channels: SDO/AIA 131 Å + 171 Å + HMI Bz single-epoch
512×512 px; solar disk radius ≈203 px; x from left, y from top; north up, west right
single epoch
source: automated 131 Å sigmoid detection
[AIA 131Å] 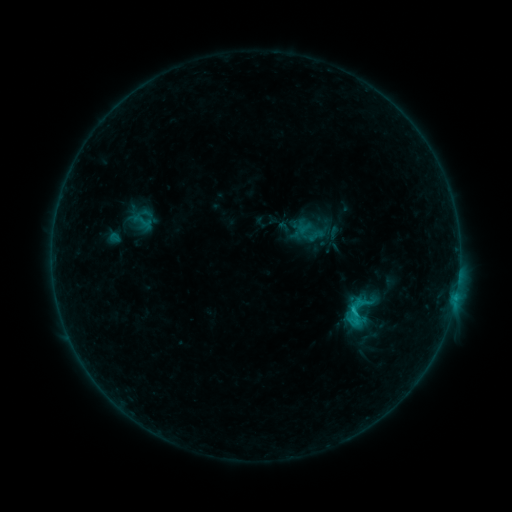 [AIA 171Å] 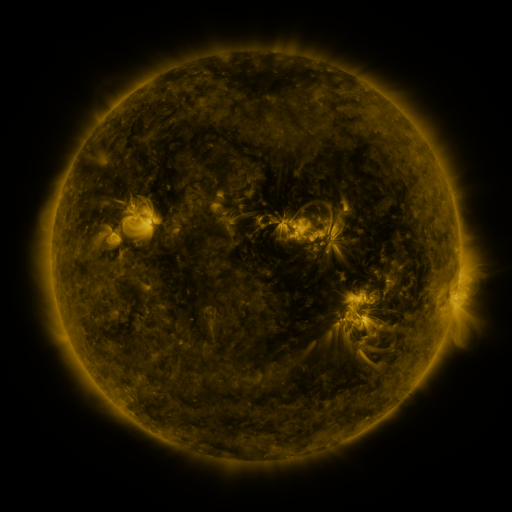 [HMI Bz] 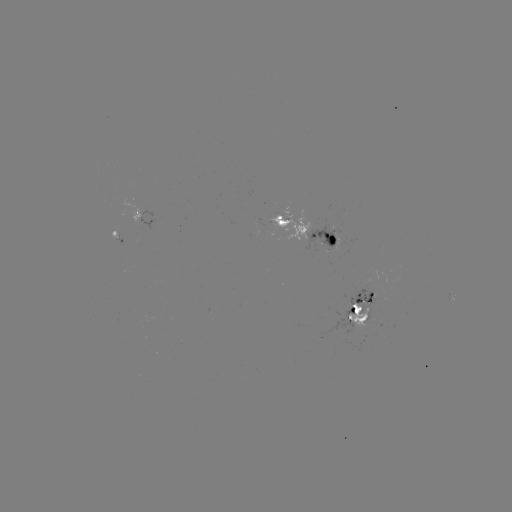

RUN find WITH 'sigmoid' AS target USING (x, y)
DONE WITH (358, 313) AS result